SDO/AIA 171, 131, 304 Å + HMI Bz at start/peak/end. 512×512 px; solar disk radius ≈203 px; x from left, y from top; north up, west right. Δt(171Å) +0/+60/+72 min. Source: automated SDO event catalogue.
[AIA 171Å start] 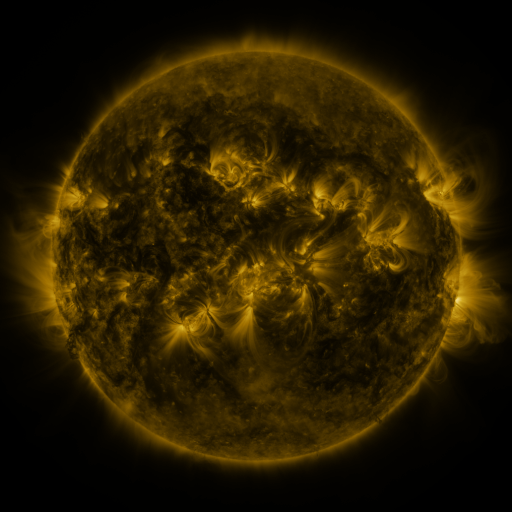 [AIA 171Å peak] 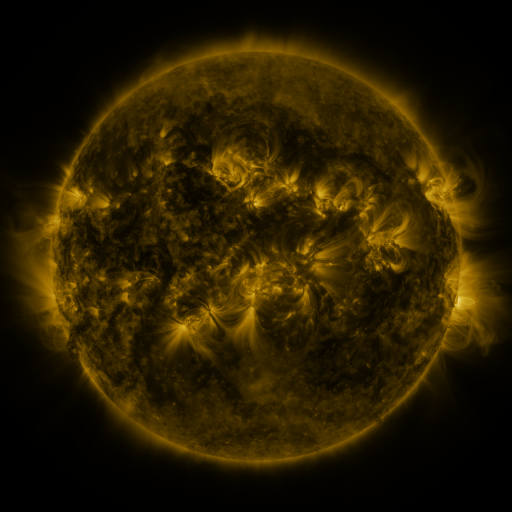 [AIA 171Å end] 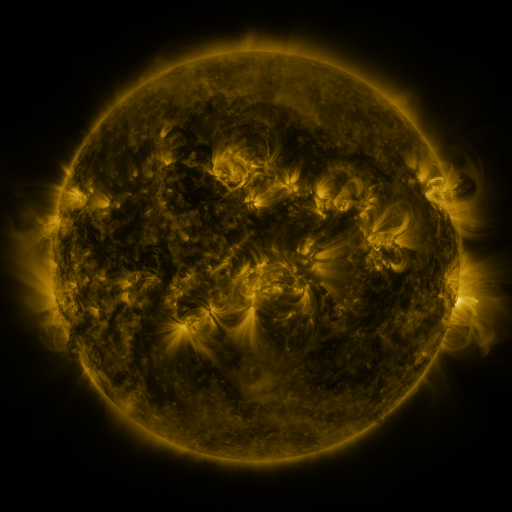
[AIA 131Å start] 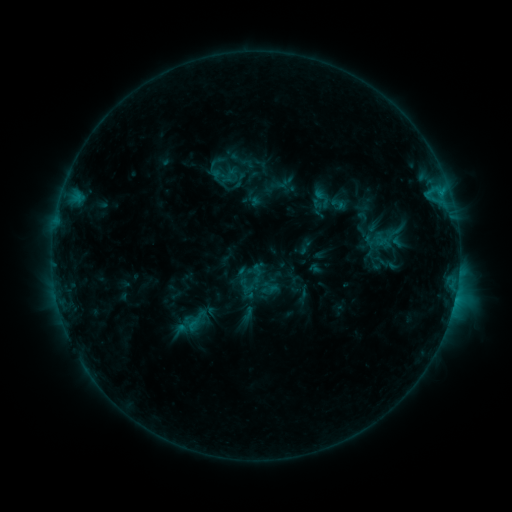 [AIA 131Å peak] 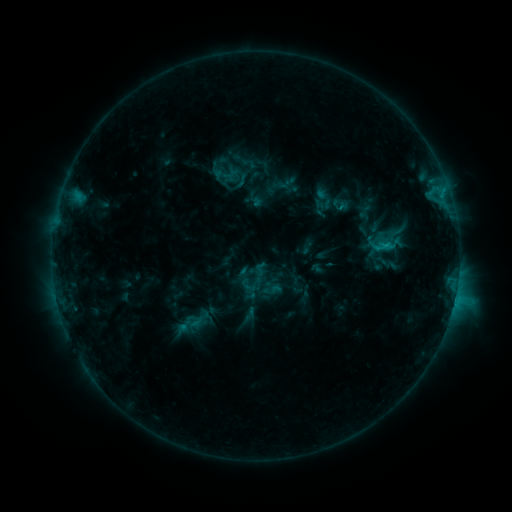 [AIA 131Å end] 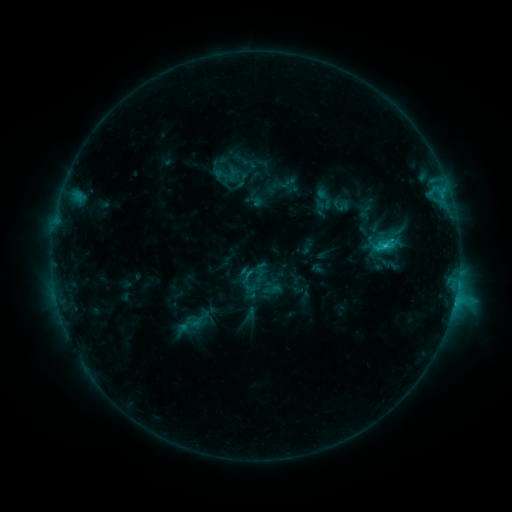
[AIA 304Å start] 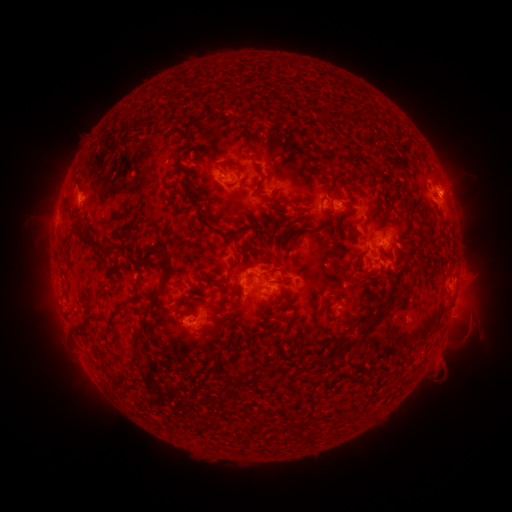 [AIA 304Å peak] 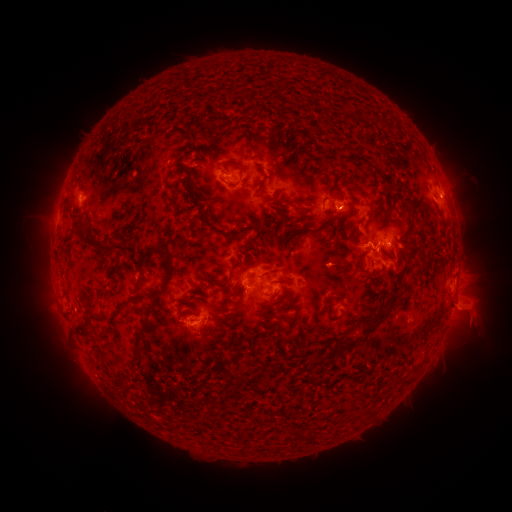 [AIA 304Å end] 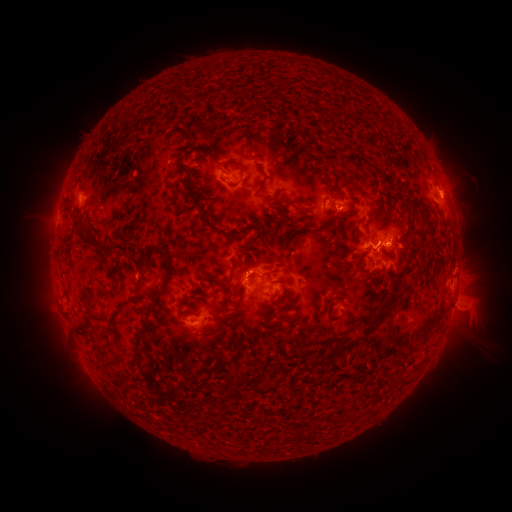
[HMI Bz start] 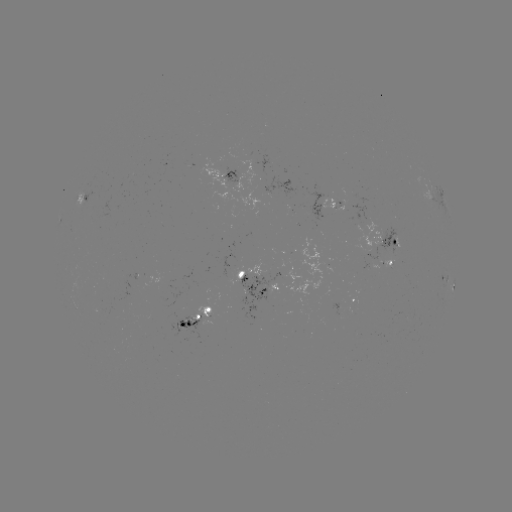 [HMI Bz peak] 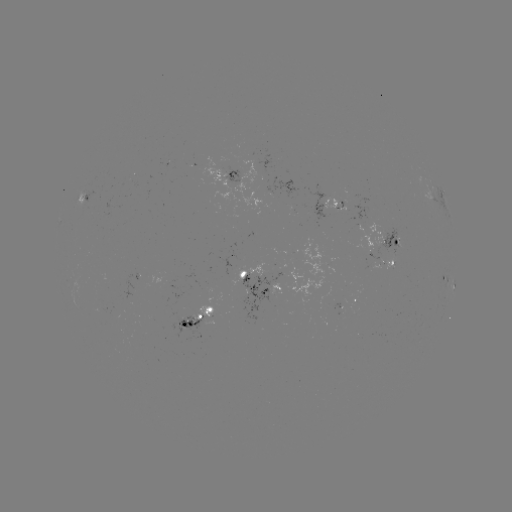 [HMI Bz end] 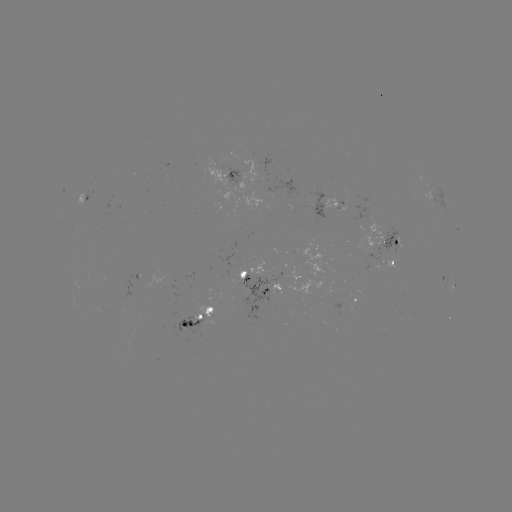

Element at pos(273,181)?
emerging-flux region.